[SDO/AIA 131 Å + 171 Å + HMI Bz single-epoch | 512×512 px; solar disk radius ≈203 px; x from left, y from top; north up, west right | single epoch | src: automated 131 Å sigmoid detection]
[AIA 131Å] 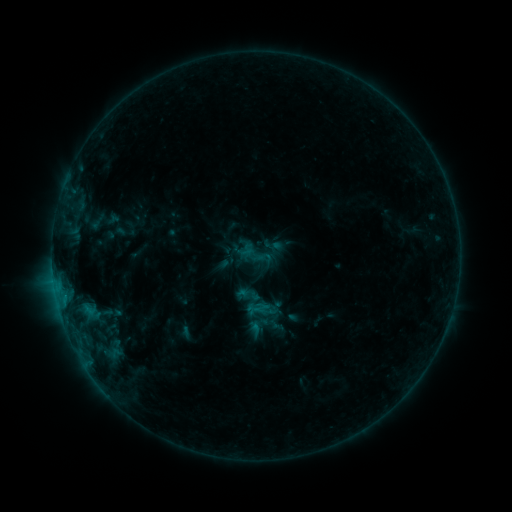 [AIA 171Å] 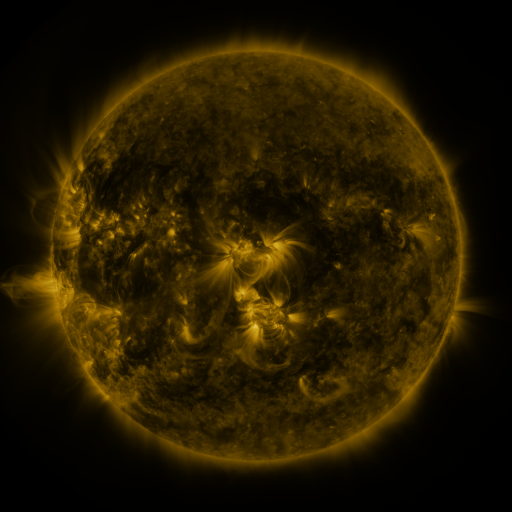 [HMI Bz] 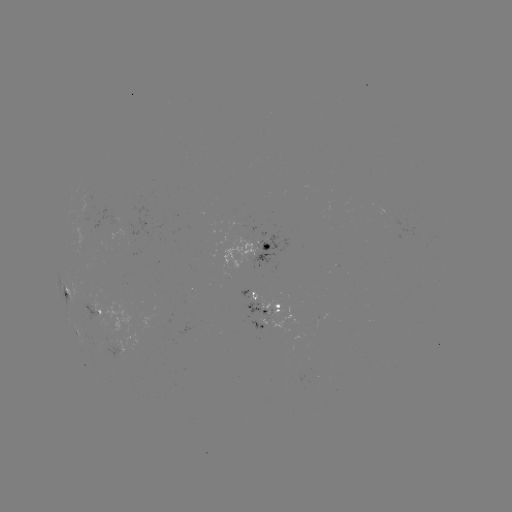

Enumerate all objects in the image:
sigmoid: <bbox>253, 248, 274, 268</bbox>
